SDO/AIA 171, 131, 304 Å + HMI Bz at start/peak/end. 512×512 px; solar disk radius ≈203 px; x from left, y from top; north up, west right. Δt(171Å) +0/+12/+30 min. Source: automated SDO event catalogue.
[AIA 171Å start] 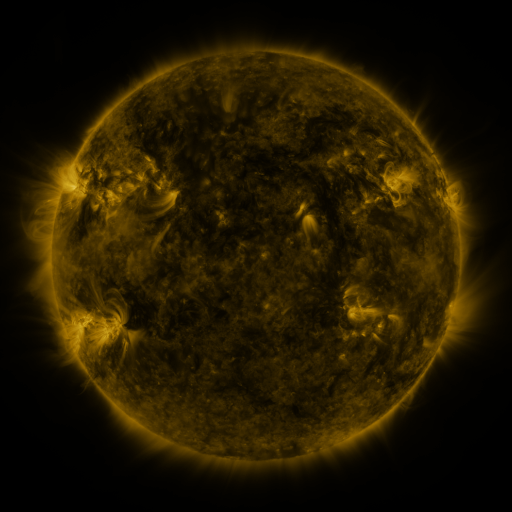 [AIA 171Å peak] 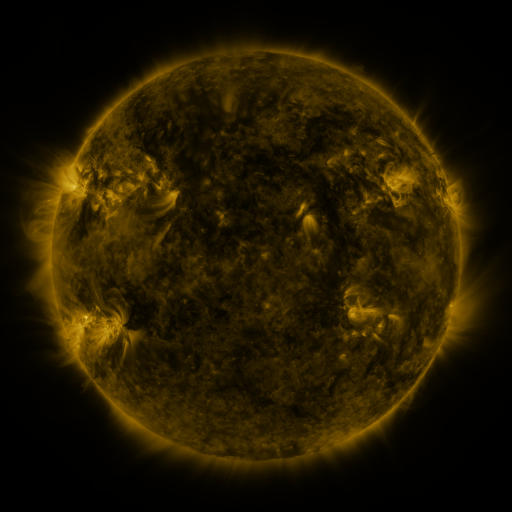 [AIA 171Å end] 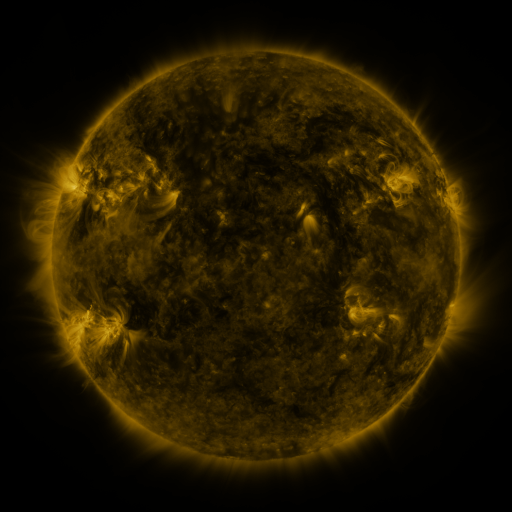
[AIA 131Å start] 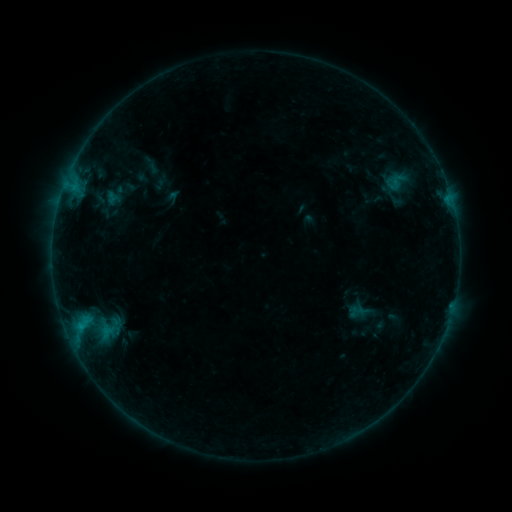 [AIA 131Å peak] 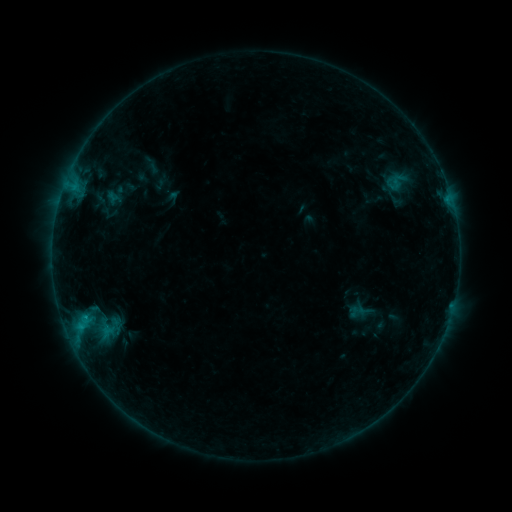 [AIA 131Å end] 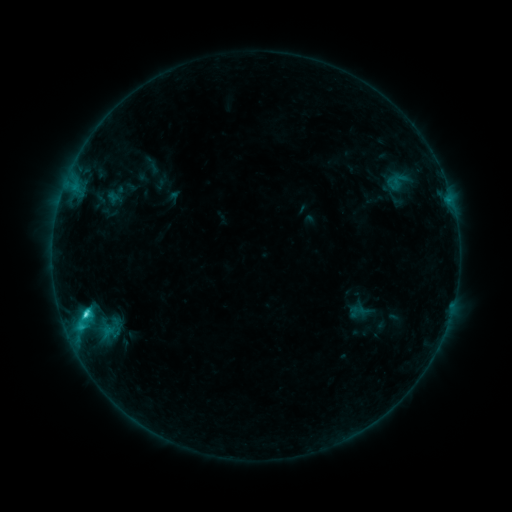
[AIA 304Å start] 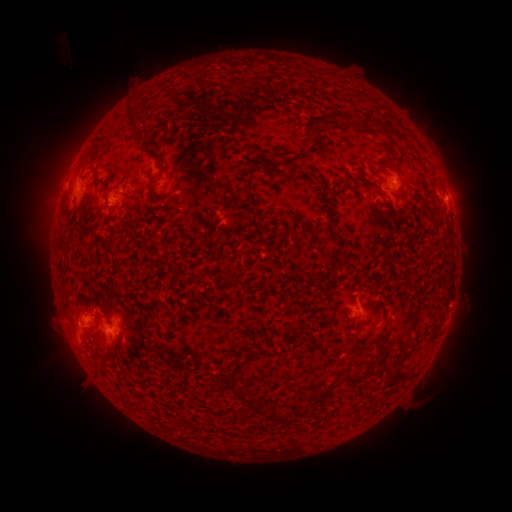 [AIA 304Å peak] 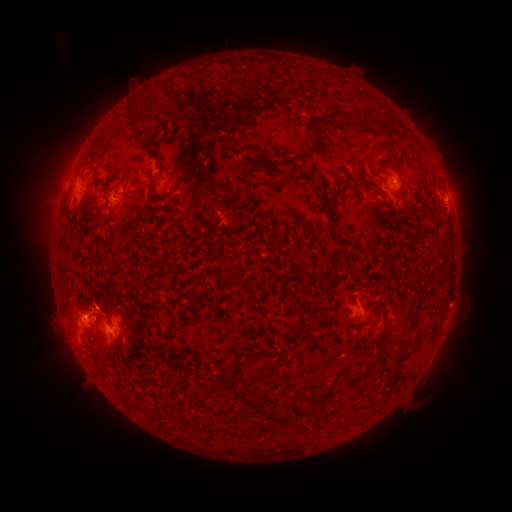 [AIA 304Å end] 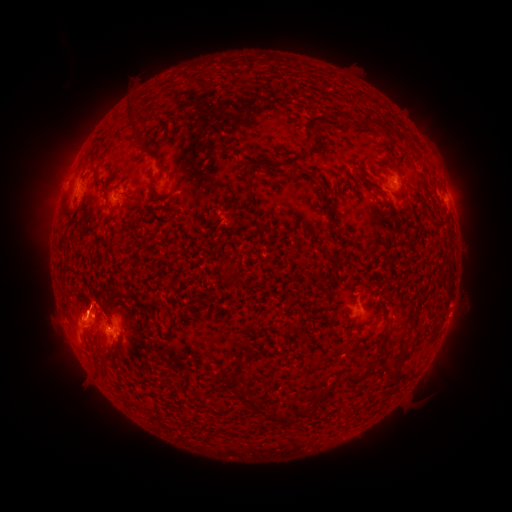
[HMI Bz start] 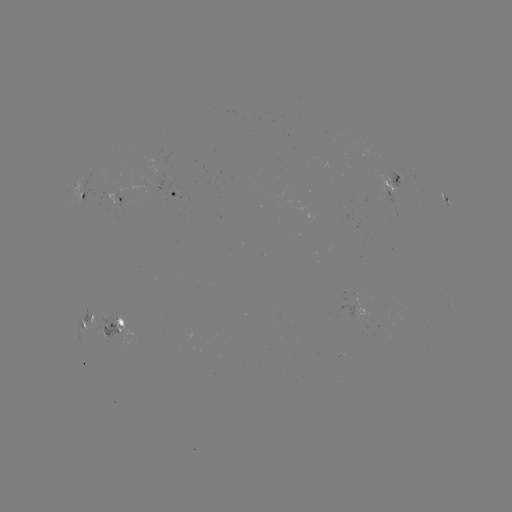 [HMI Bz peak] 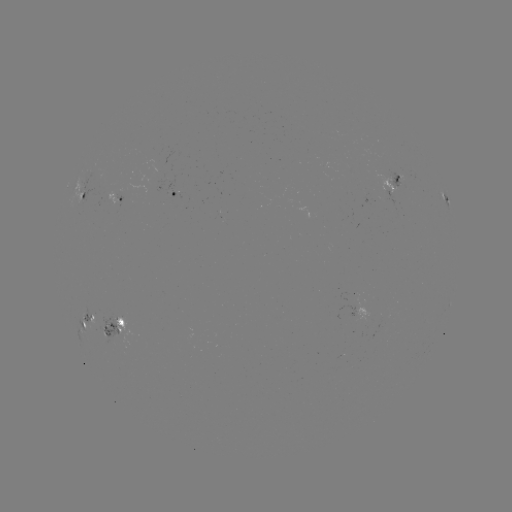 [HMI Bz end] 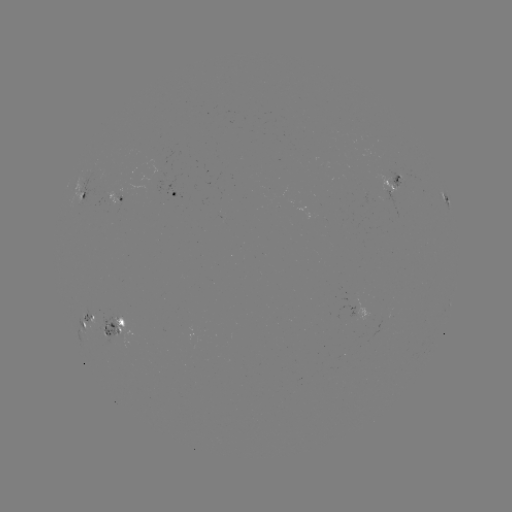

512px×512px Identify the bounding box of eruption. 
[43, 275, 128, 336].